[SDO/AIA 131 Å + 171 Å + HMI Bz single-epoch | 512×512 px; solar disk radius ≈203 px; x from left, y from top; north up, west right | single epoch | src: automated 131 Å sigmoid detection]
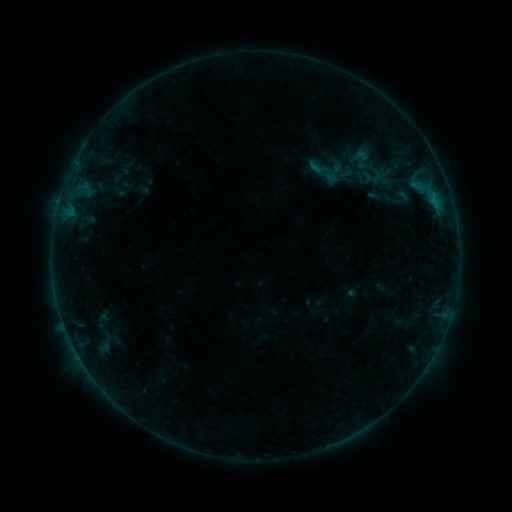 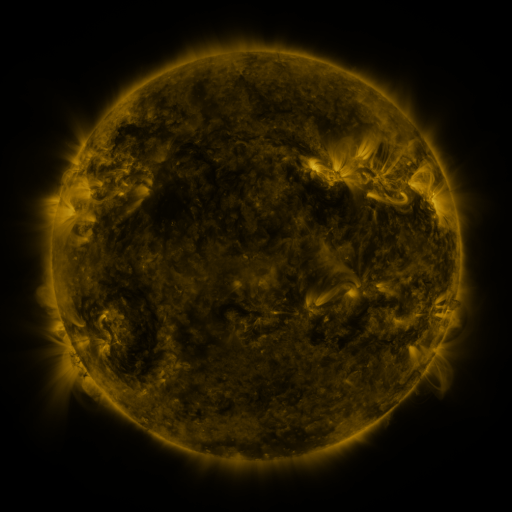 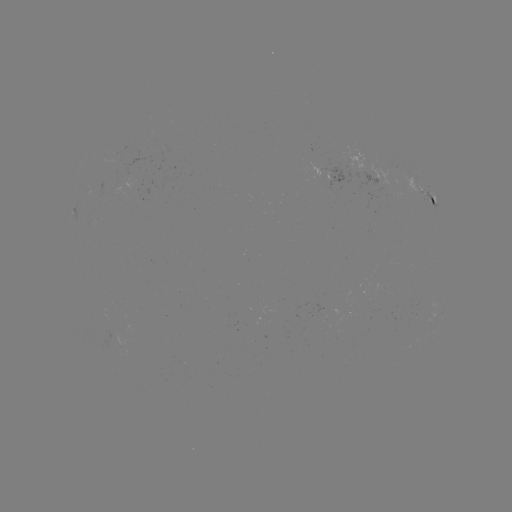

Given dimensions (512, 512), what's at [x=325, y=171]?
sigmoid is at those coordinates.